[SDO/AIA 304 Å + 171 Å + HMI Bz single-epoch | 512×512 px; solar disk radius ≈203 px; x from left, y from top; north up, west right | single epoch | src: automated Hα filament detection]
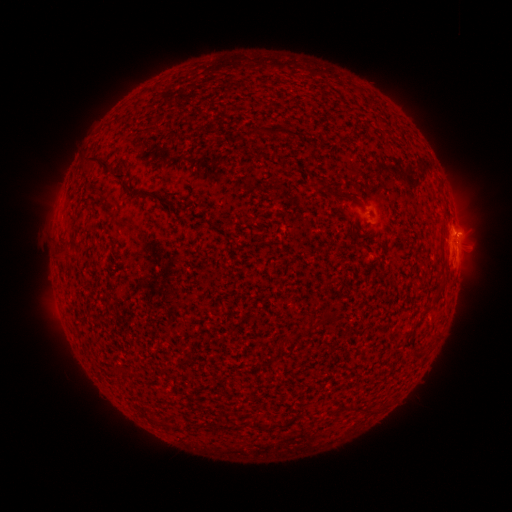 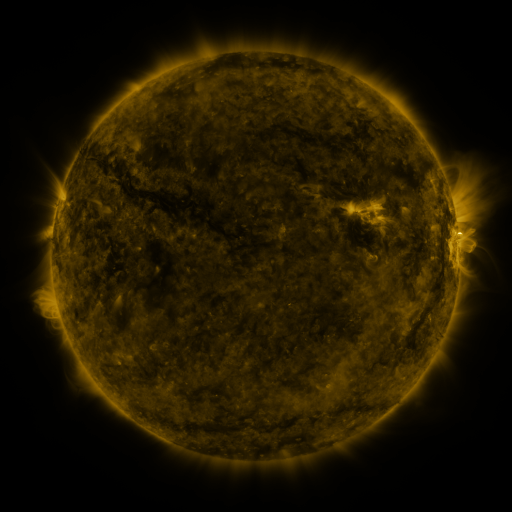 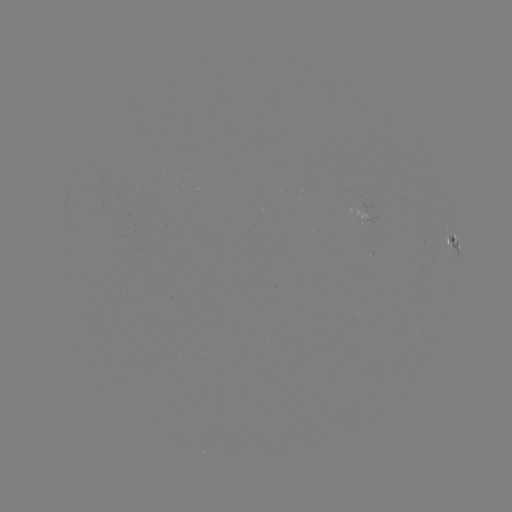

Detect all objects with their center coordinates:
filament: (267, 130)
filament: (96, 160)
filament: (119, 178)
filament: (137, 193)
filament: (64, 252)
filament: (444, 279)
filament: (315, 325)
filament: (418, 353)
filament: (188, 359)
filament: (260, 425)
filament: (174, 427)
